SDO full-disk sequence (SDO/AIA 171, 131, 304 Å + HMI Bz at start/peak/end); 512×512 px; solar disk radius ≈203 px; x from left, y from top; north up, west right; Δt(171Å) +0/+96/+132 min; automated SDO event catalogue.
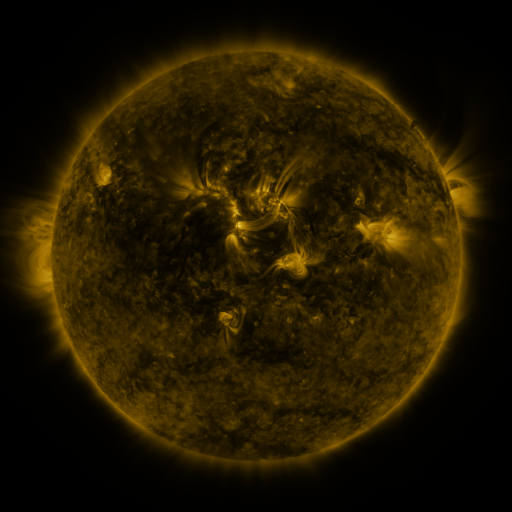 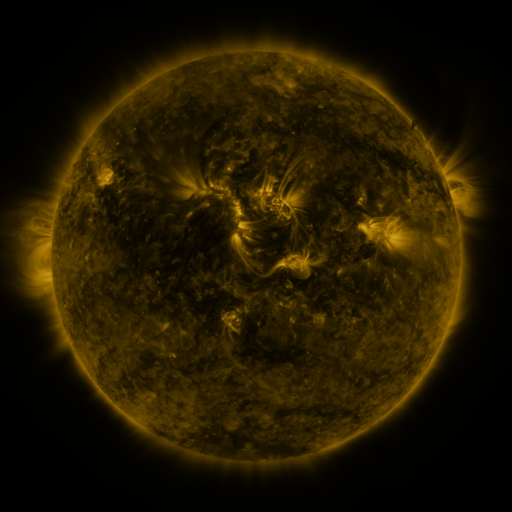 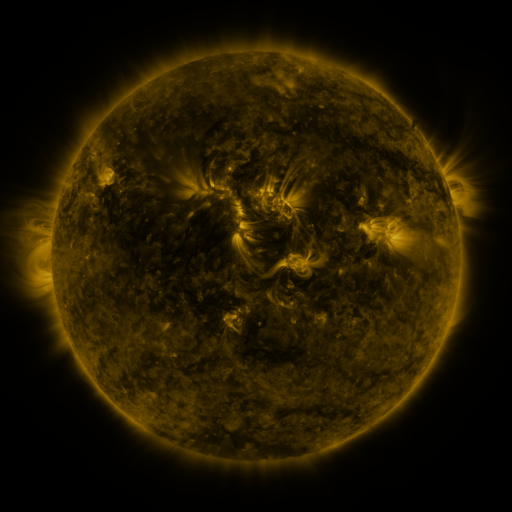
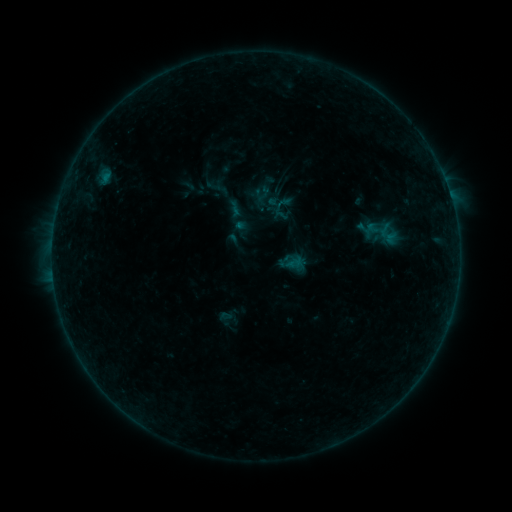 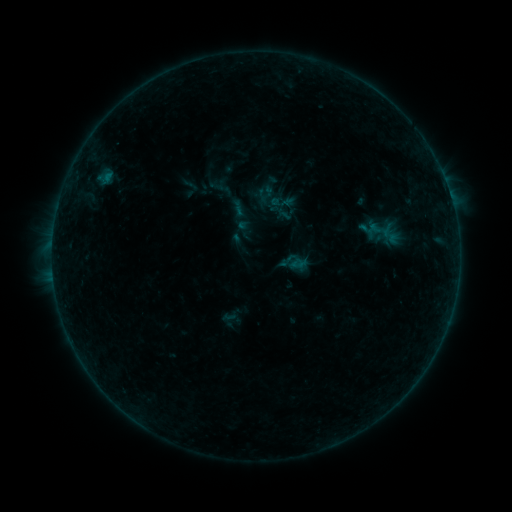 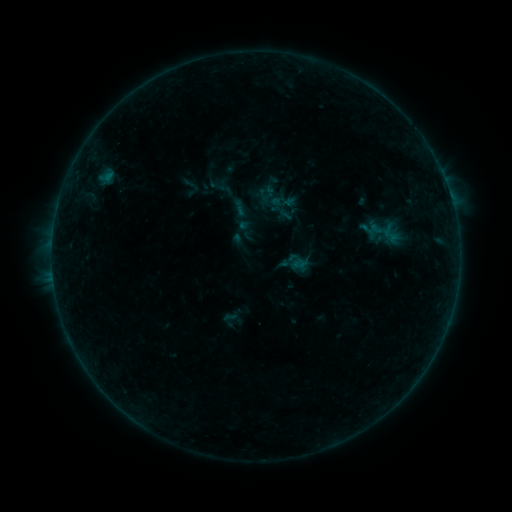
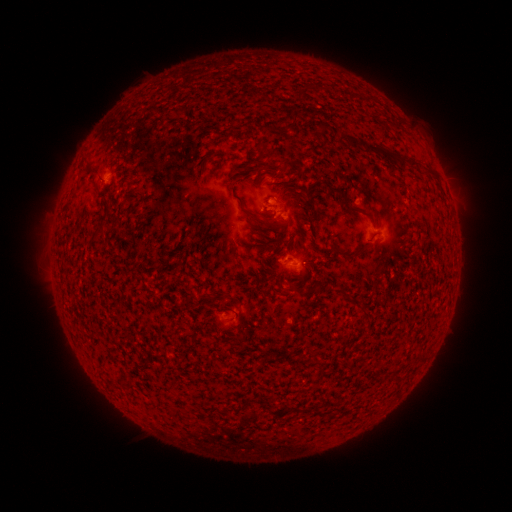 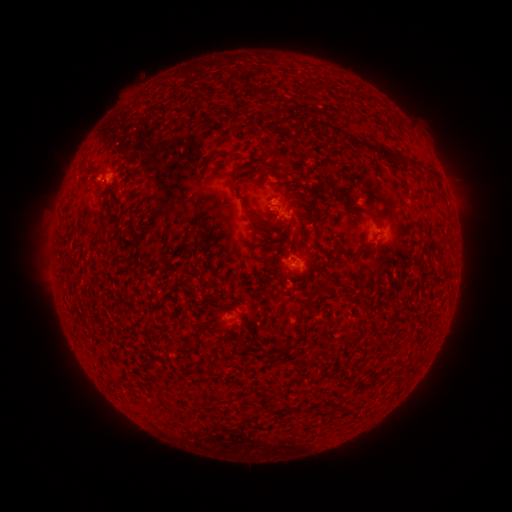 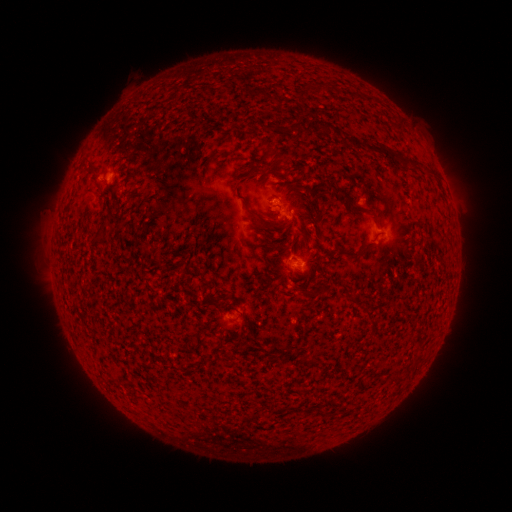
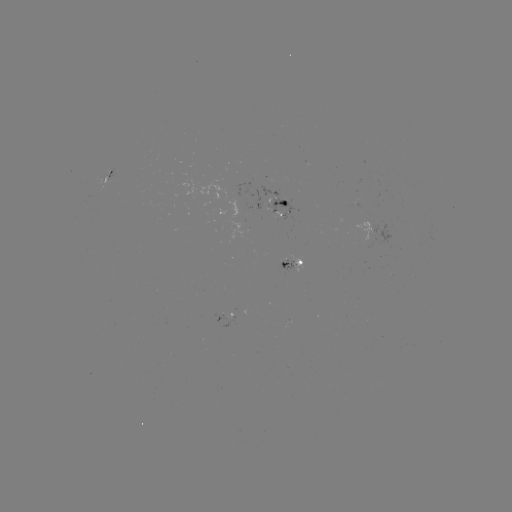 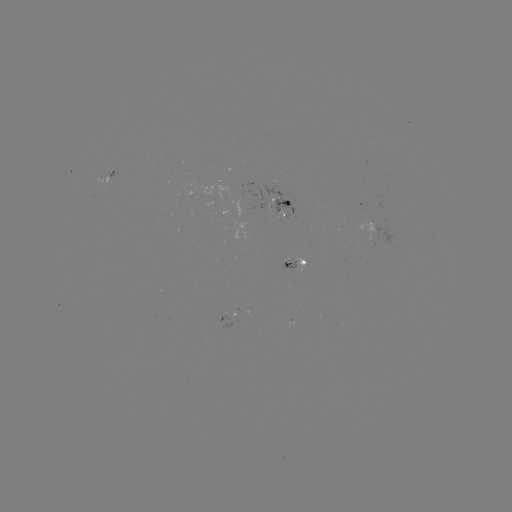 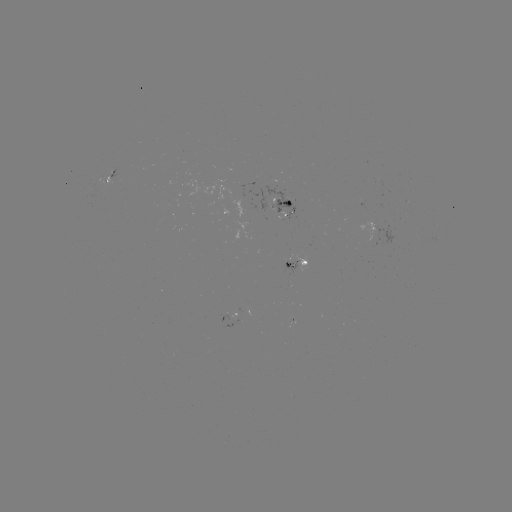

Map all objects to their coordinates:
emerging-flux region: (277, 215)
